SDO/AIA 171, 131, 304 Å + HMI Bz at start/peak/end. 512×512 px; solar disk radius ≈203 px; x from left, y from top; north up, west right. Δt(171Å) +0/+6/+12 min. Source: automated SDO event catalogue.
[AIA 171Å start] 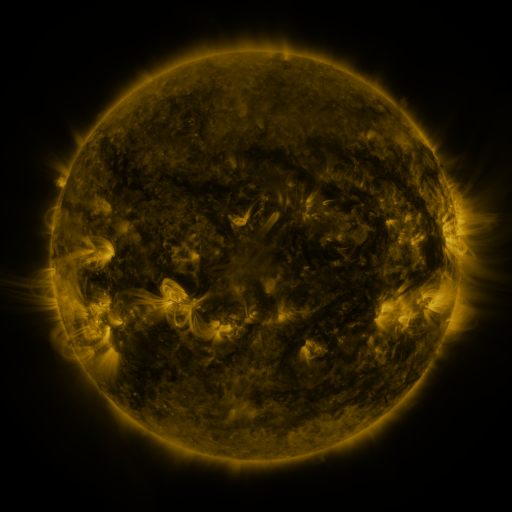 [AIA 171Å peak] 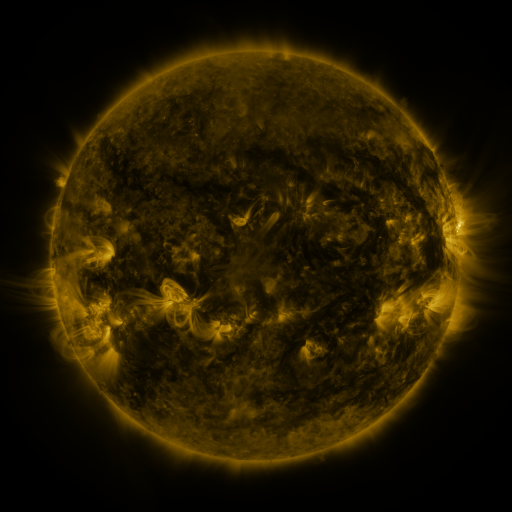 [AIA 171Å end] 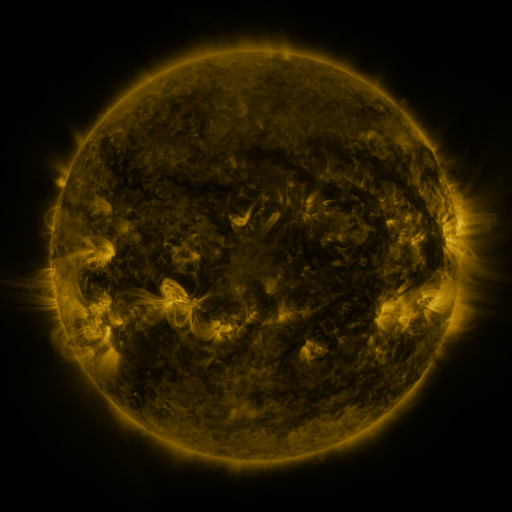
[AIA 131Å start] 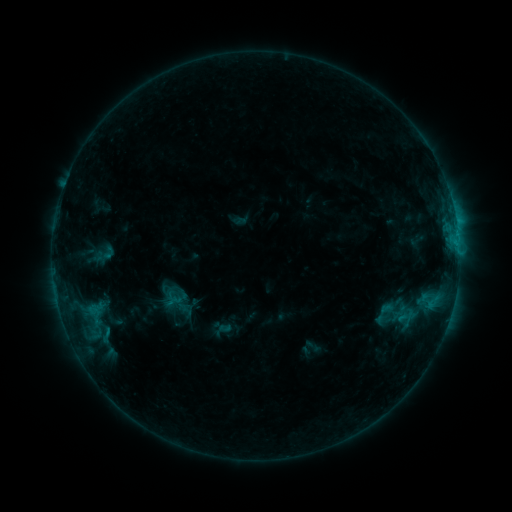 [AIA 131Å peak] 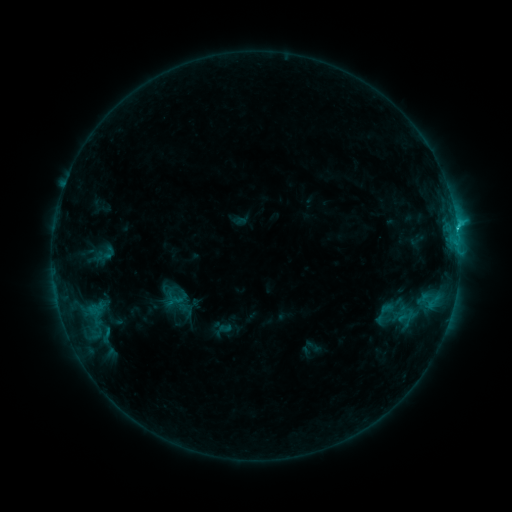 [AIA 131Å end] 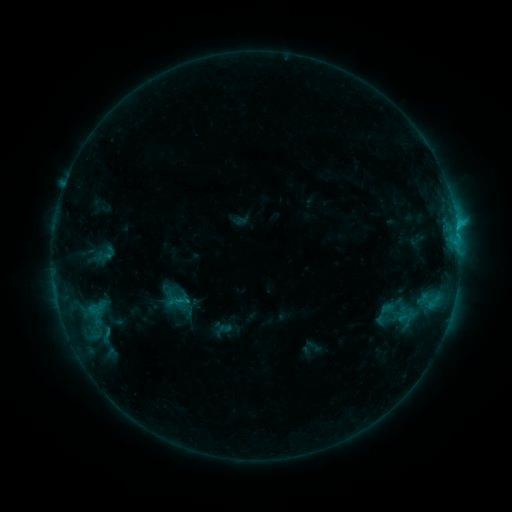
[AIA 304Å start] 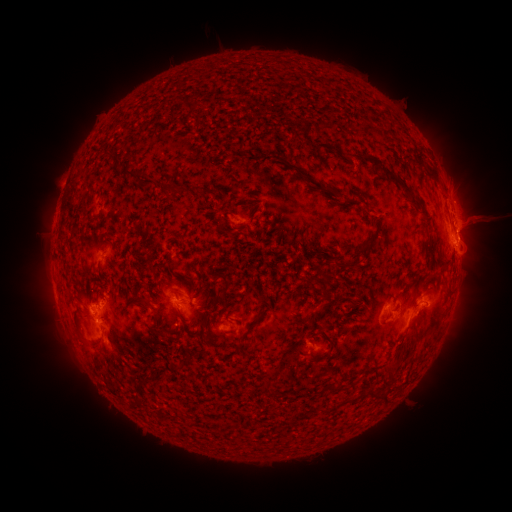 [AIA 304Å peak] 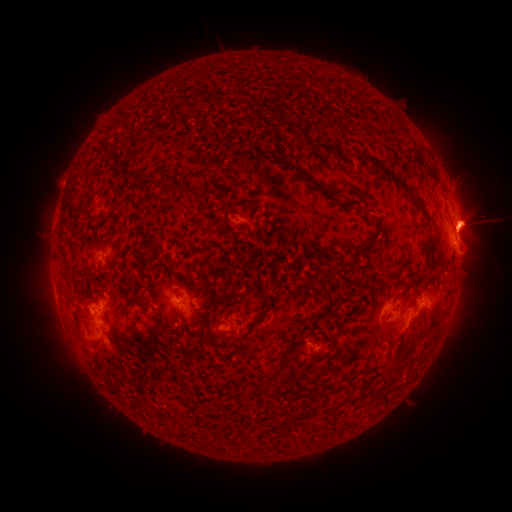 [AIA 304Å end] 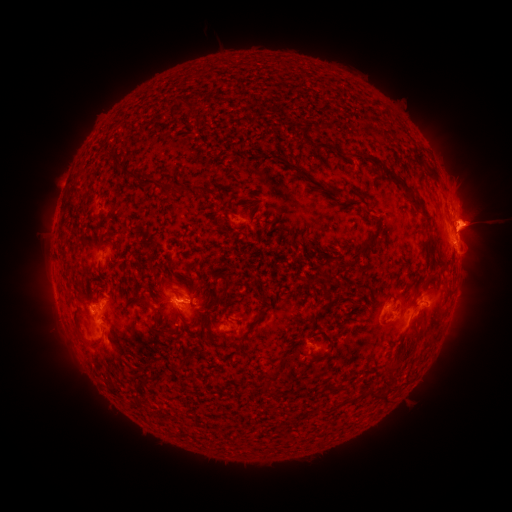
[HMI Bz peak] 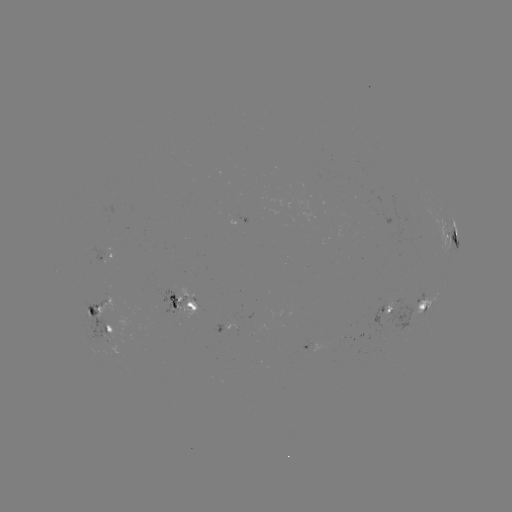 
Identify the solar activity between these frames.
C1.7 flare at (457, 228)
